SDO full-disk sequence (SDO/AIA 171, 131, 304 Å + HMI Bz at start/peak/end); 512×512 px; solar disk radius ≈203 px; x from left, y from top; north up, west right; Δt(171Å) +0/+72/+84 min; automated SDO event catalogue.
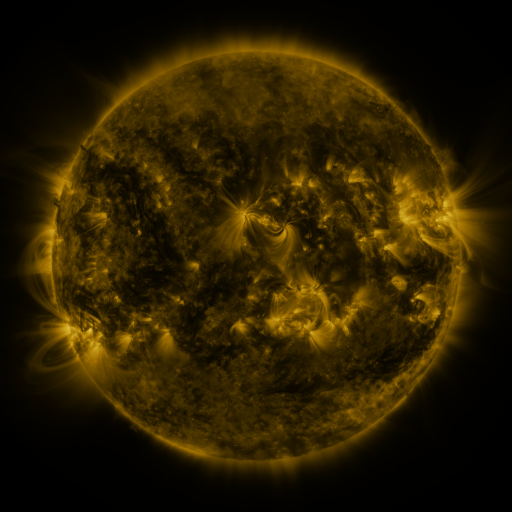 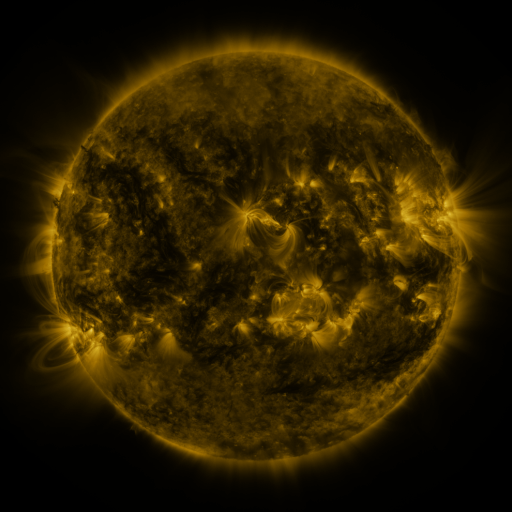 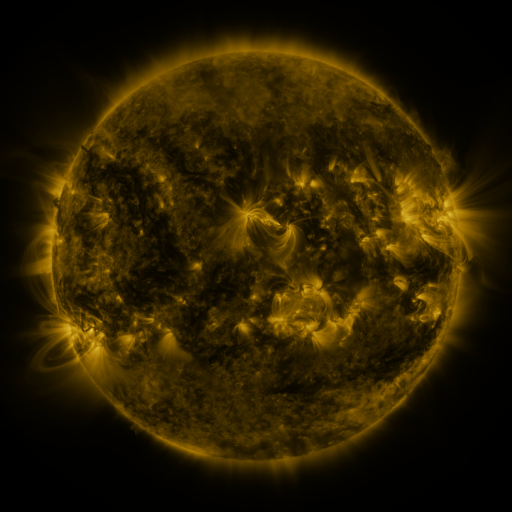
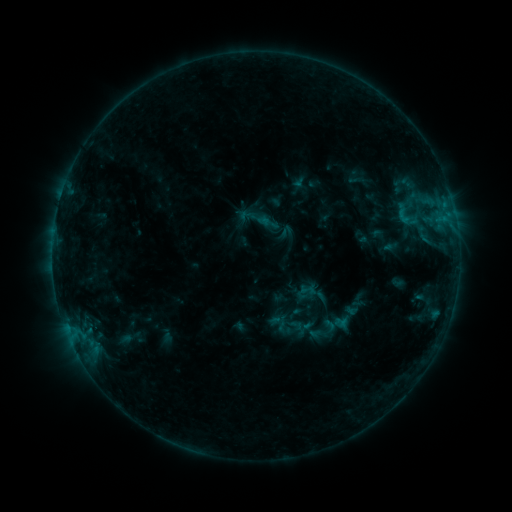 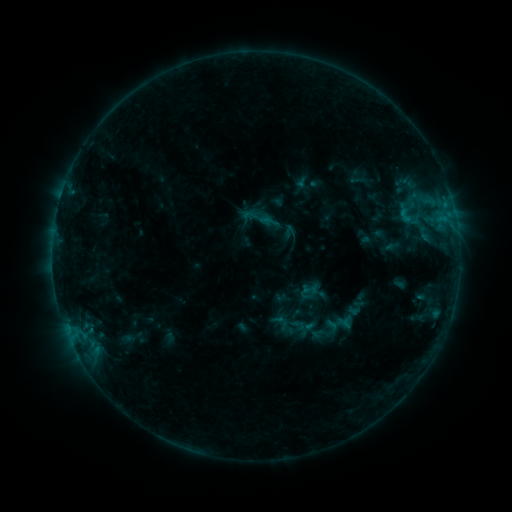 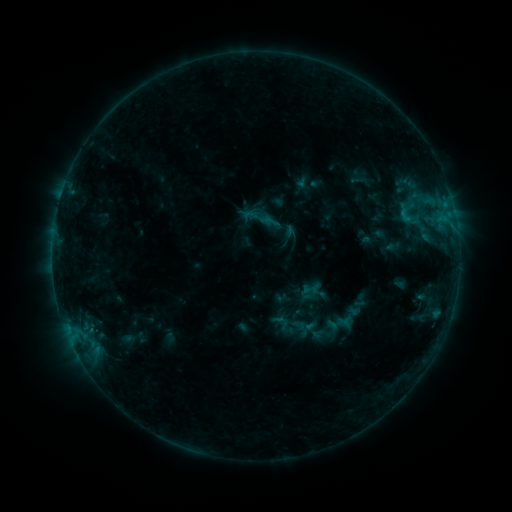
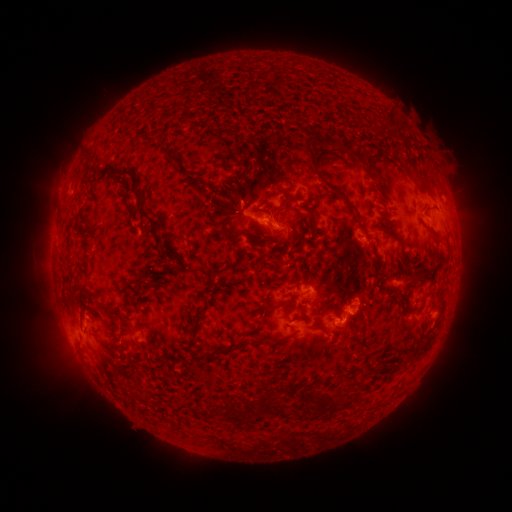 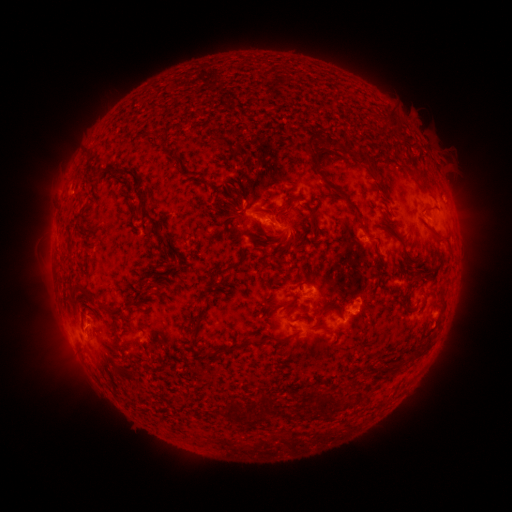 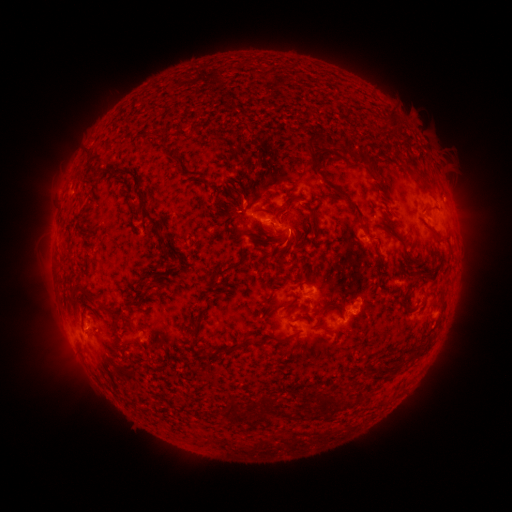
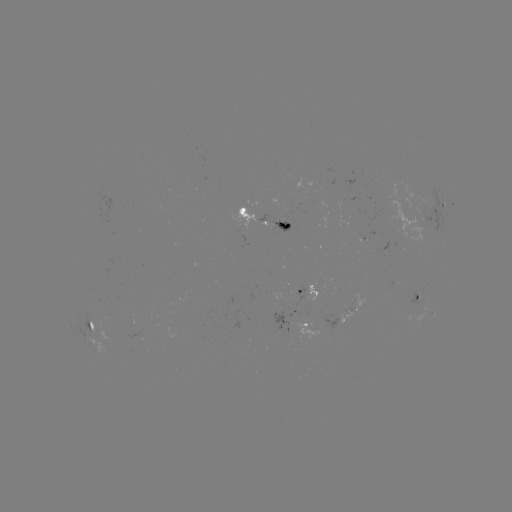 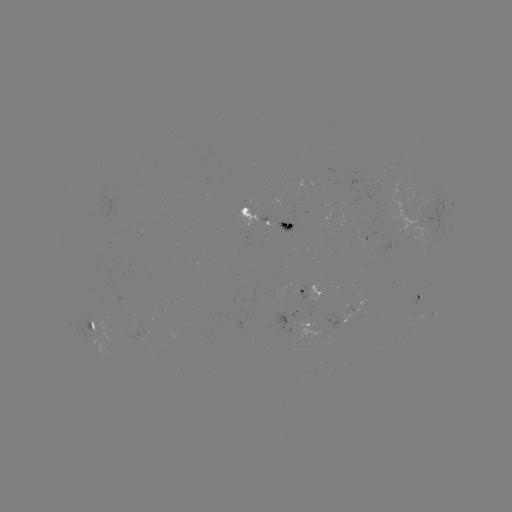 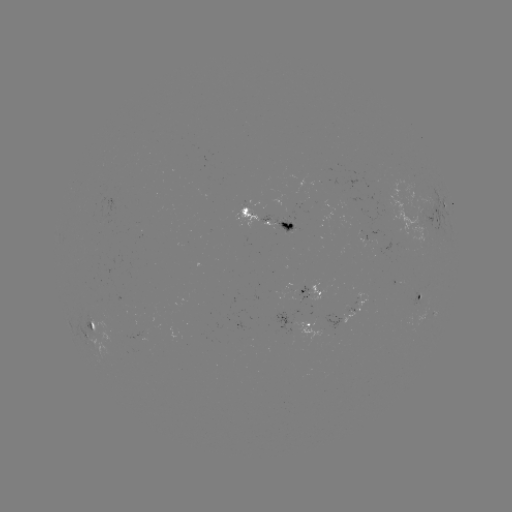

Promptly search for emerging-flux region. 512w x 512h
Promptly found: [295, 294].